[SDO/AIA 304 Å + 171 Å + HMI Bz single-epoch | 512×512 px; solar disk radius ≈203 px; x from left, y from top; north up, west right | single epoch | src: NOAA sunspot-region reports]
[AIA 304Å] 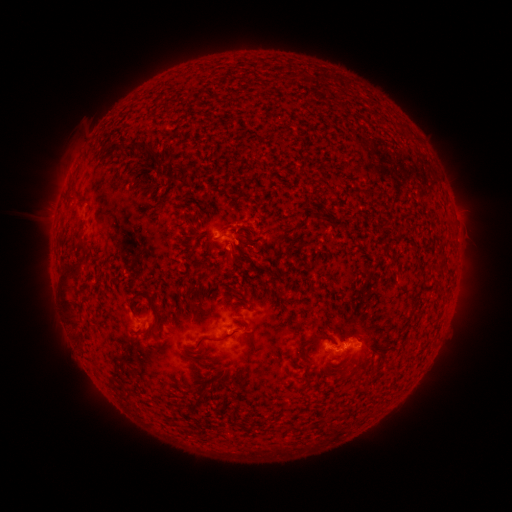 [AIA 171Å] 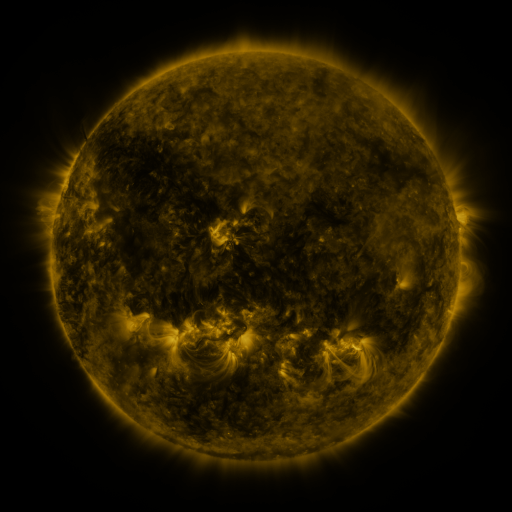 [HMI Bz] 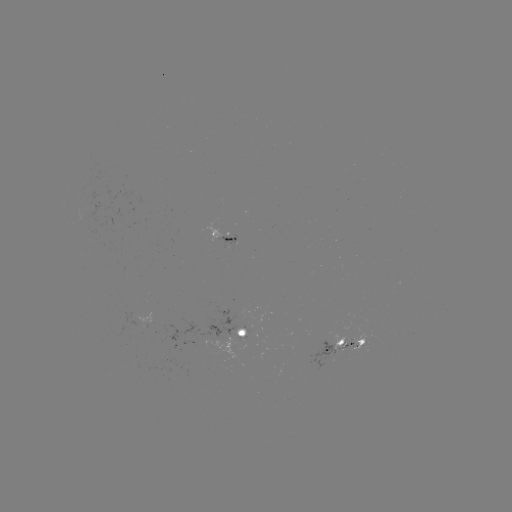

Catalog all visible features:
spotted active region: (228, 238)
spotted active region: (238, 329)
spotted active region: (349, 342)
